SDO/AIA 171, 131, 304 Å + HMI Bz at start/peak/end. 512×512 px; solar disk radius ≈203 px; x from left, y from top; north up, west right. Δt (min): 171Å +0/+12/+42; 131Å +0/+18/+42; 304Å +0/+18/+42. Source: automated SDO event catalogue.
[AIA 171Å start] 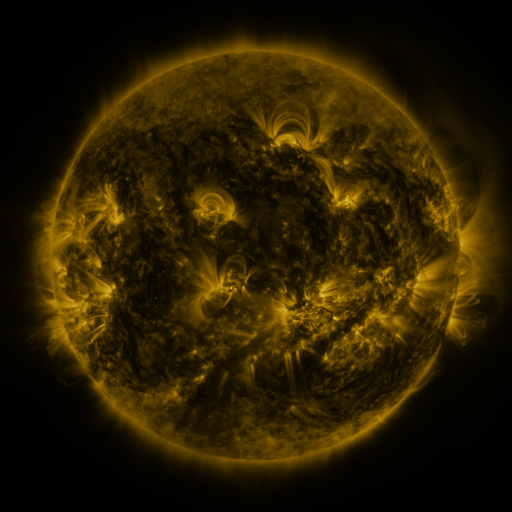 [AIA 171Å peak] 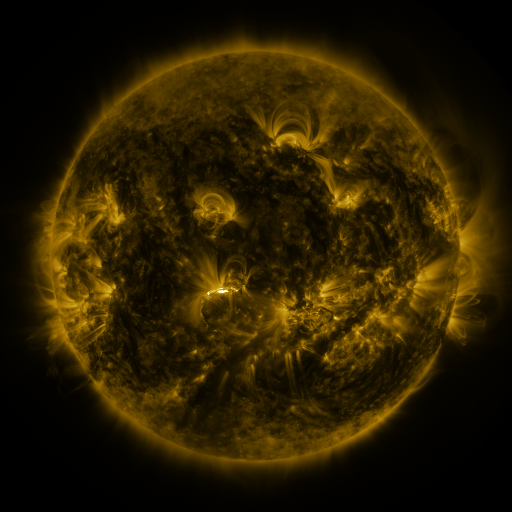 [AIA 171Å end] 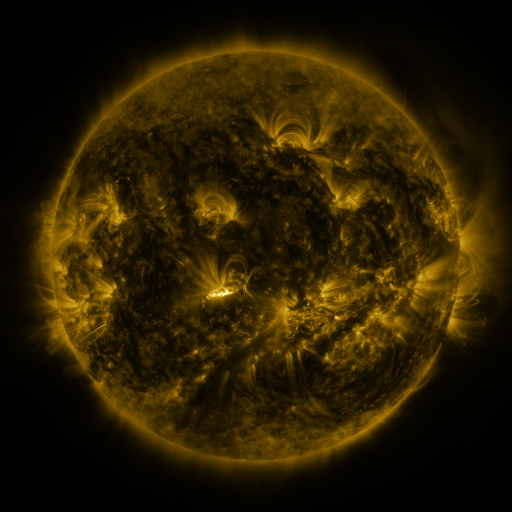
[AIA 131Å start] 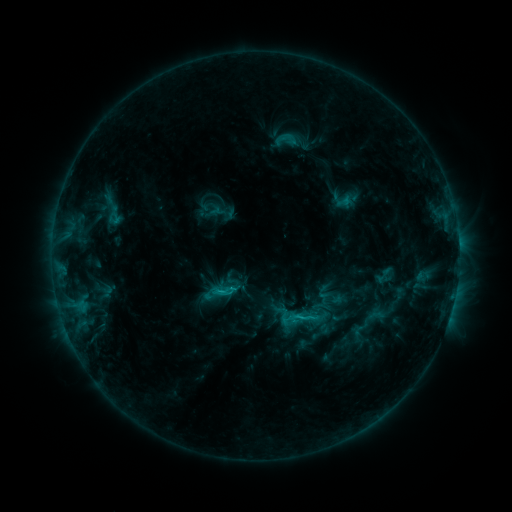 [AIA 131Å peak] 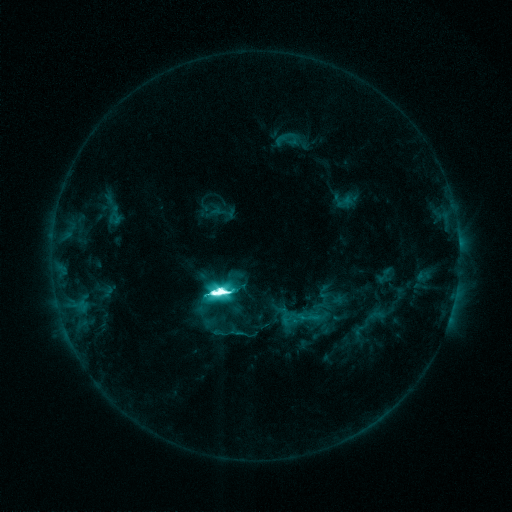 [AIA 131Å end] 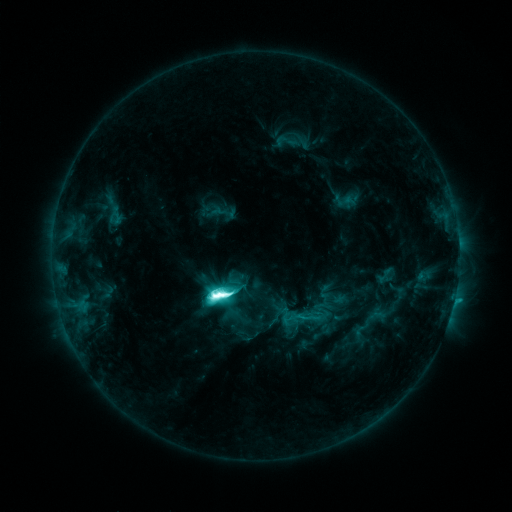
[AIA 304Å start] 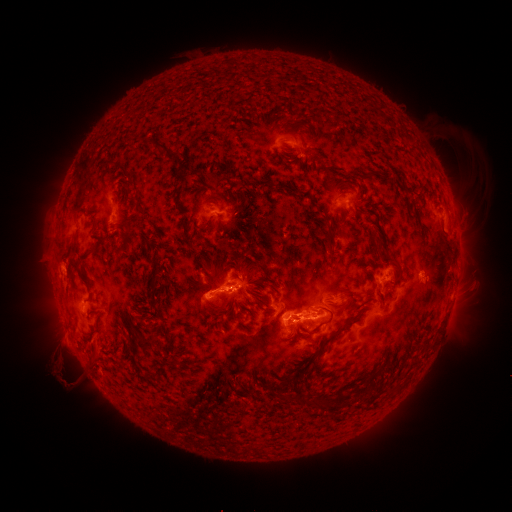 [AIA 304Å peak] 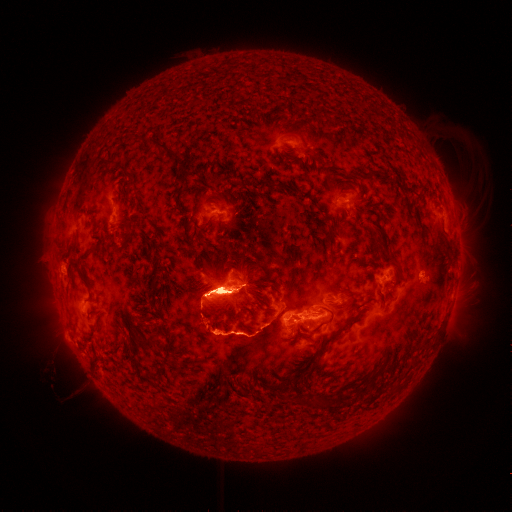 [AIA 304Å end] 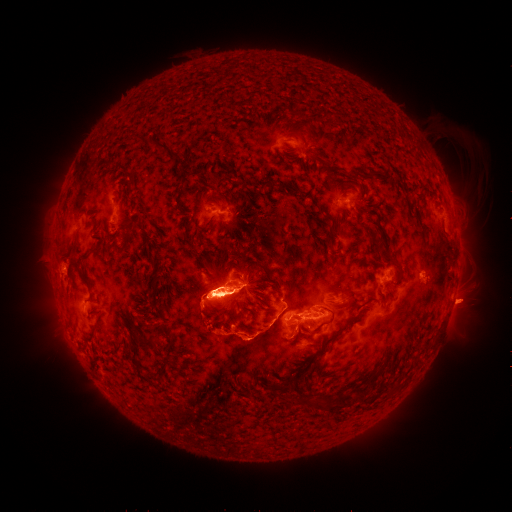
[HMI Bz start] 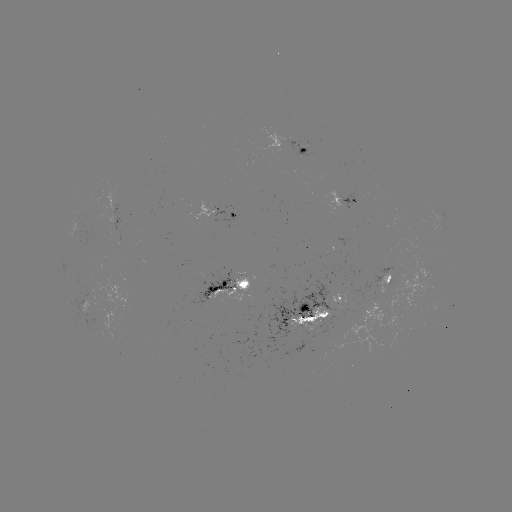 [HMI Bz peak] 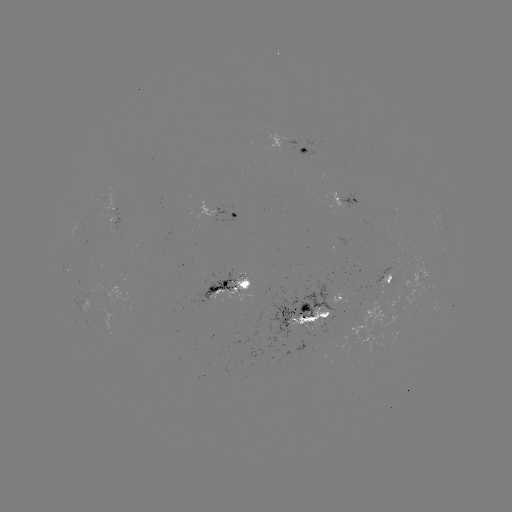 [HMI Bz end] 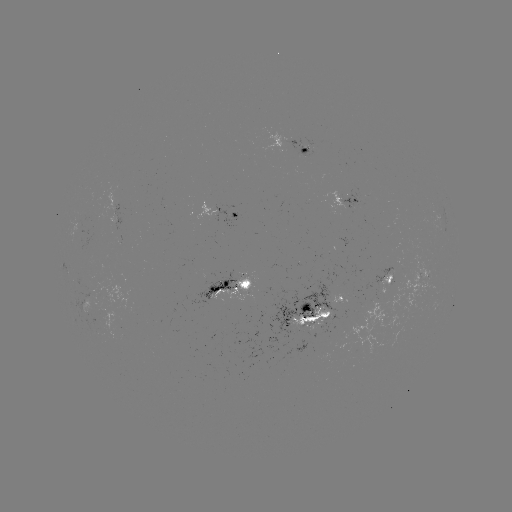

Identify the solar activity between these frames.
M6.9 flare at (221, 290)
